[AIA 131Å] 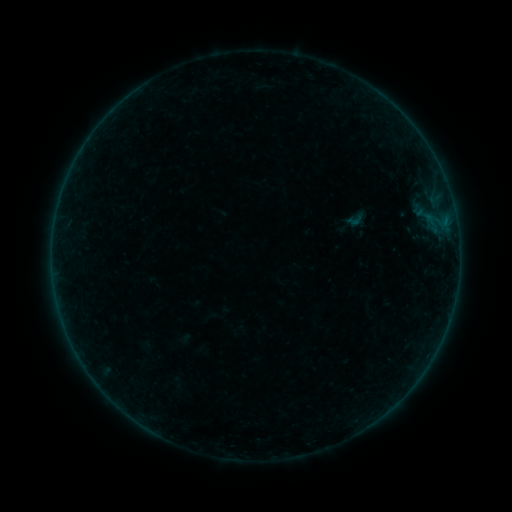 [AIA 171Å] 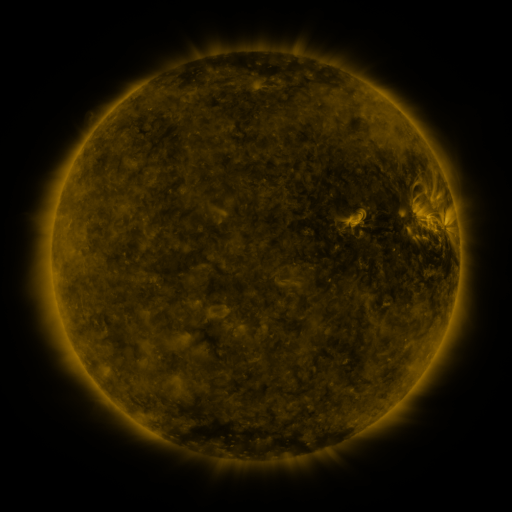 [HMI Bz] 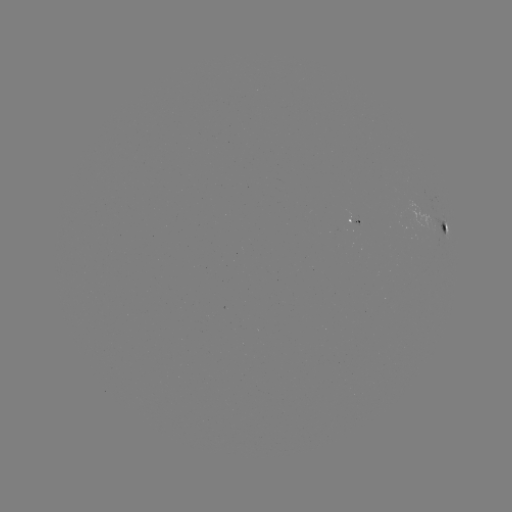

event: sigmoid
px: (355, 220)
